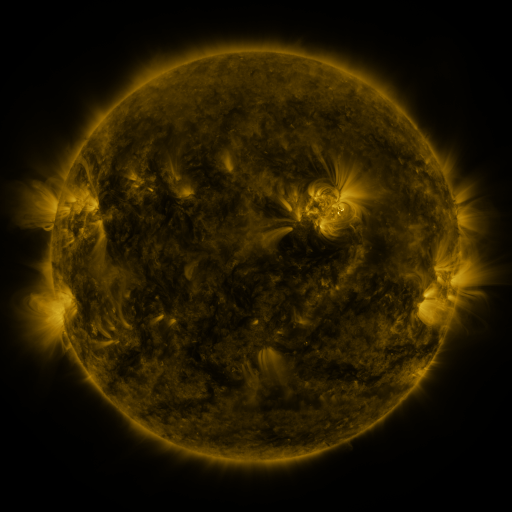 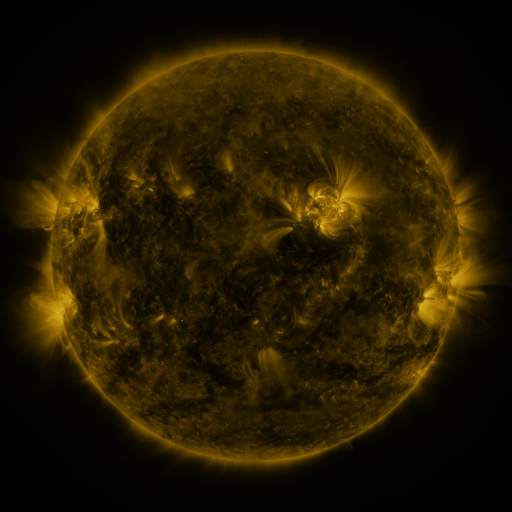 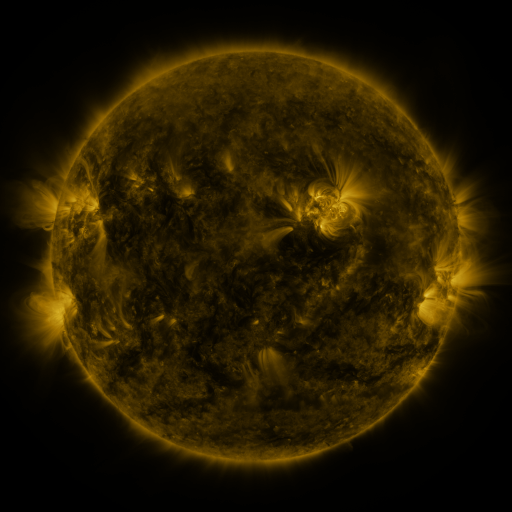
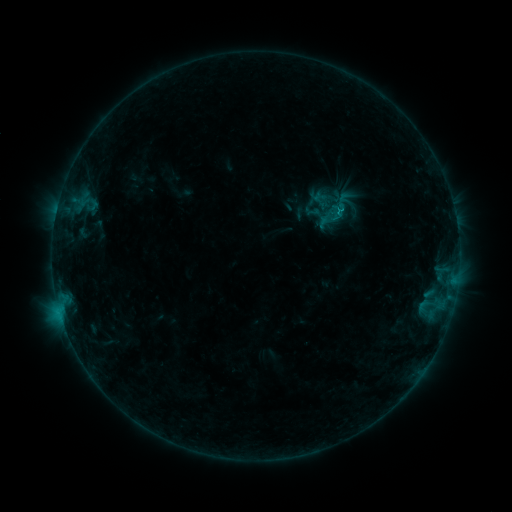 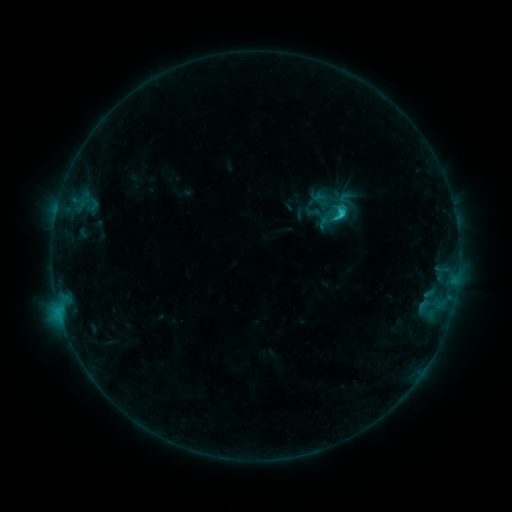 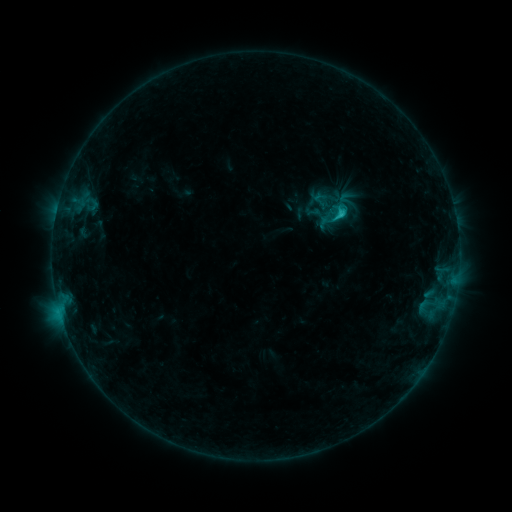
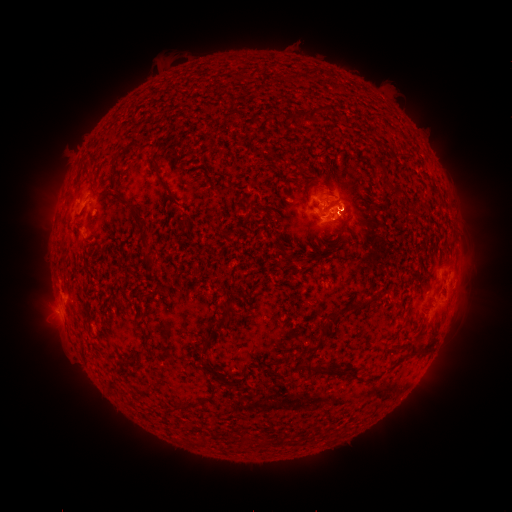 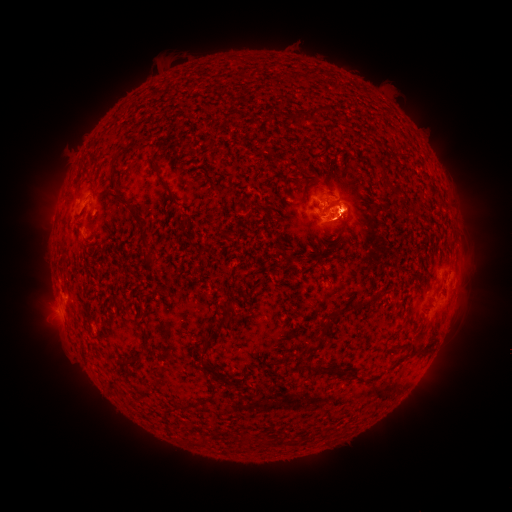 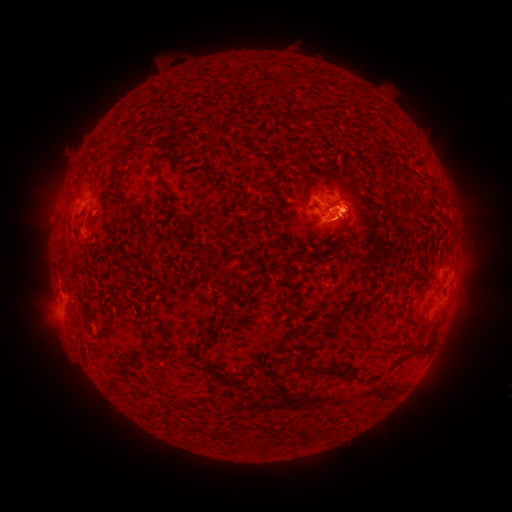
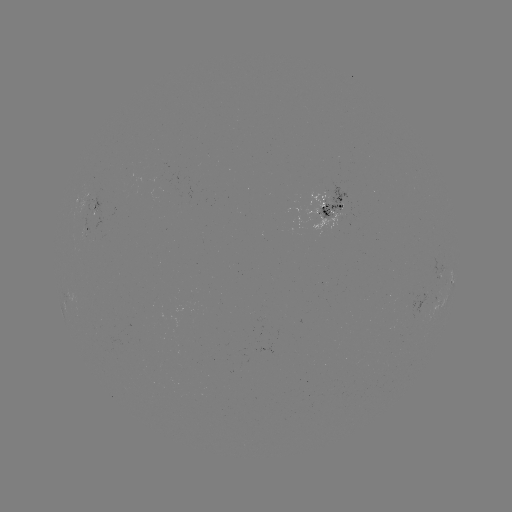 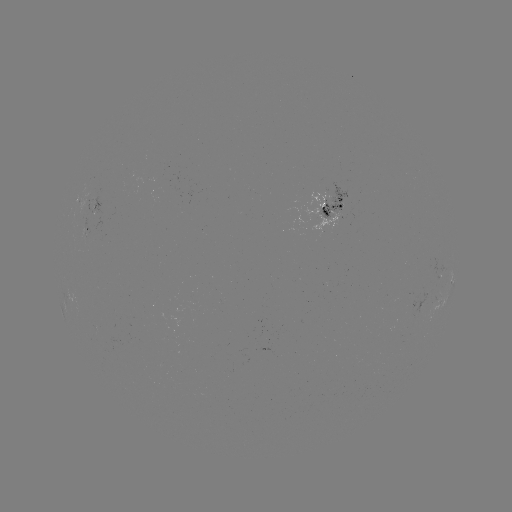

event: eruption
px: (56, 201)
